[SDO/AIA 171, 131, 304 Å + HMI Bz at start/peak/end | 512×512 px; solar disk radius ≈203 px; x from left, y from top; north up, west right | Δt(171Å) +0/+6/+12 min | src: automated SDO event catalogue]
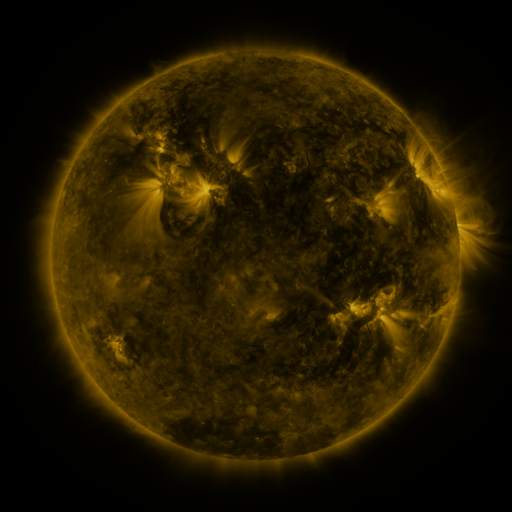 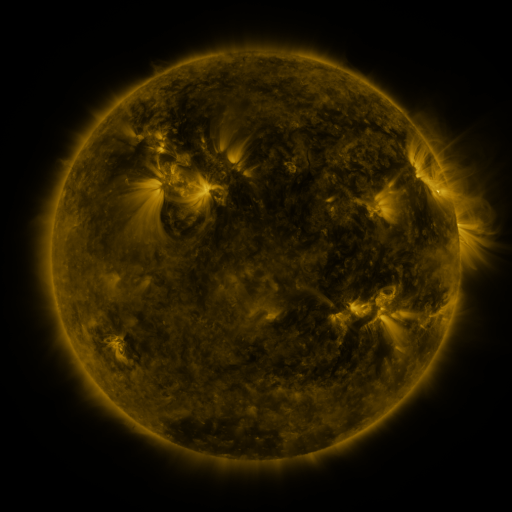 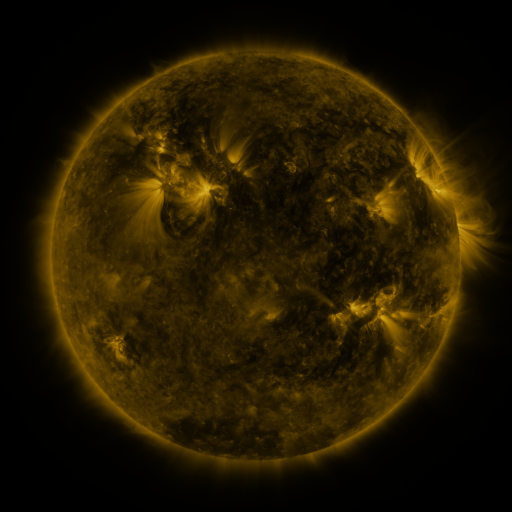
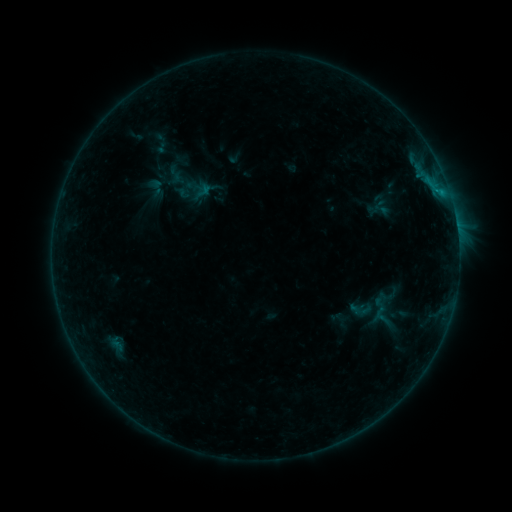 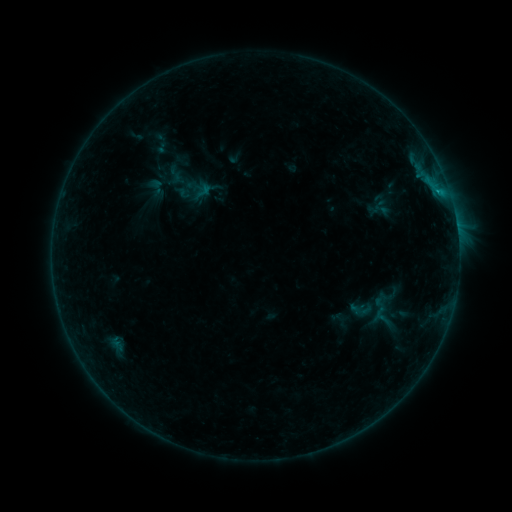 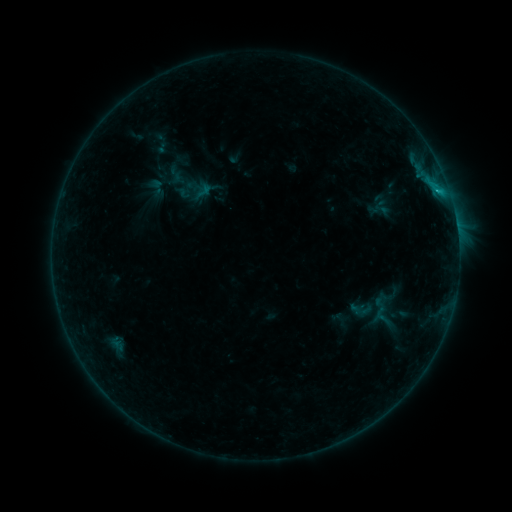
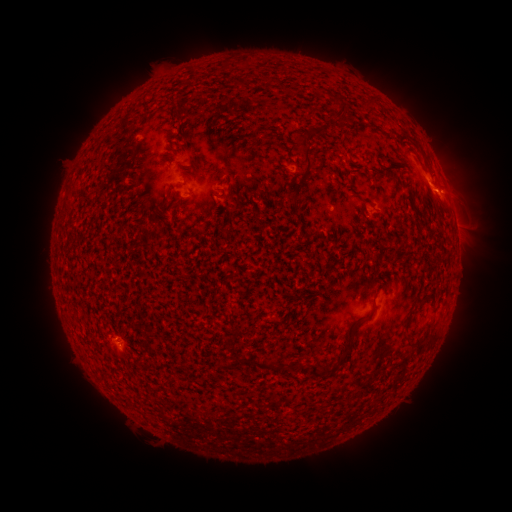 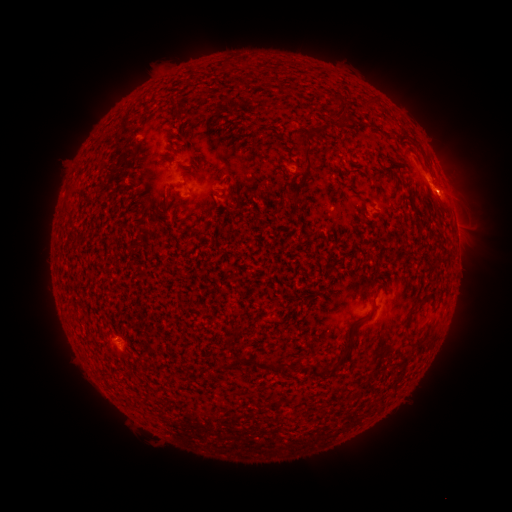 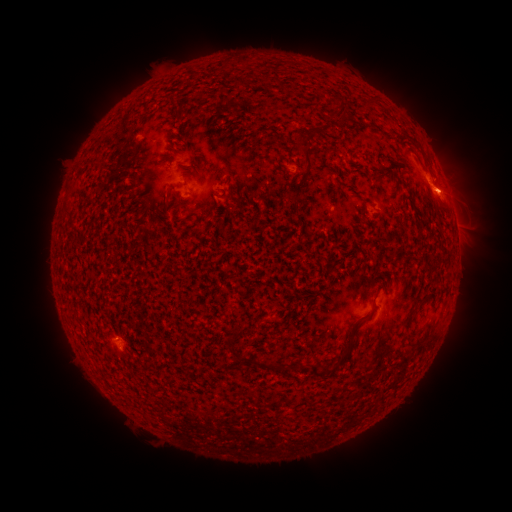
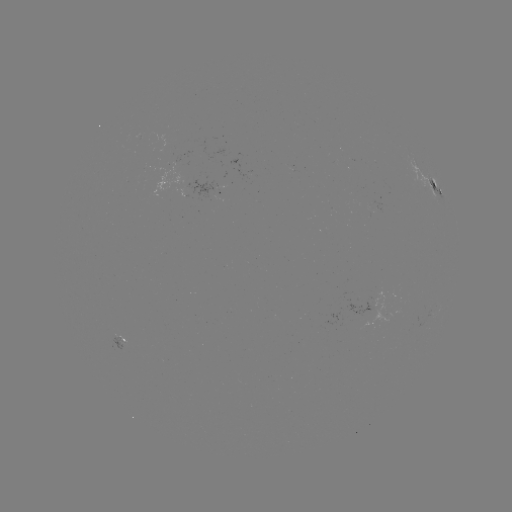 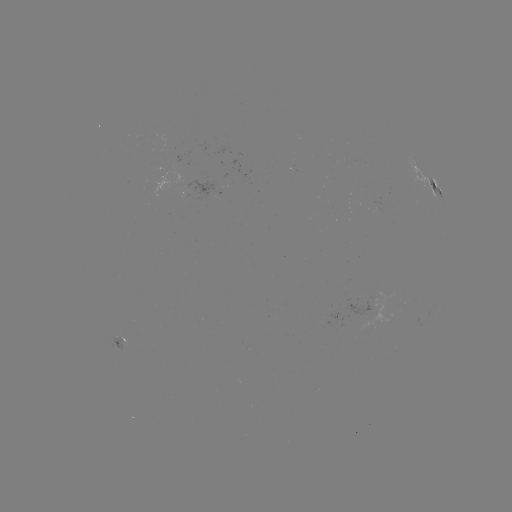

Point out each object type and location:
B8.3 flare: (425, 179)
